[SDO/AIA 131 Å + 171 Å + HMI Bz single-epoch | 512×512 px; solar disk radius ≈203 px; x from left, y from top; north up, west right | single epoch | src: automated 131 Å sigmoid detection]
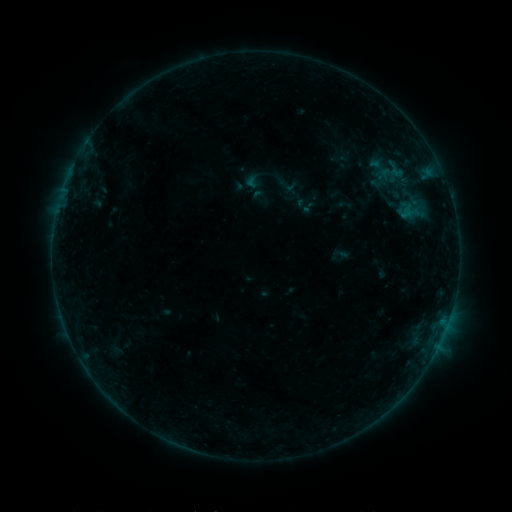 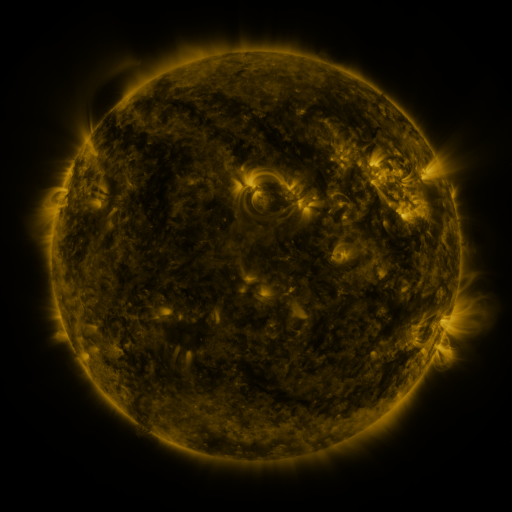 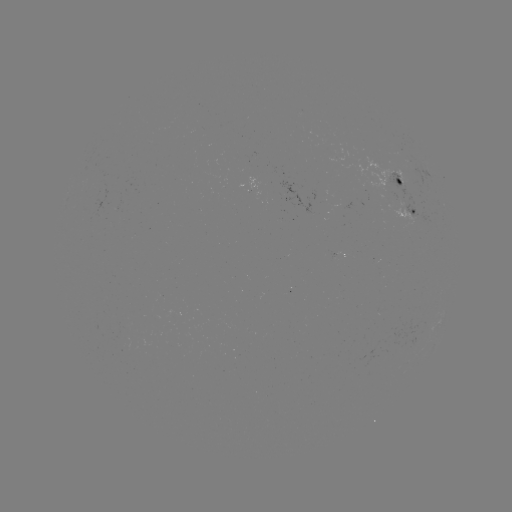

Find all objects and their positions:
sigmoid: <bbox>379, 157, 411, 183</bbox>
